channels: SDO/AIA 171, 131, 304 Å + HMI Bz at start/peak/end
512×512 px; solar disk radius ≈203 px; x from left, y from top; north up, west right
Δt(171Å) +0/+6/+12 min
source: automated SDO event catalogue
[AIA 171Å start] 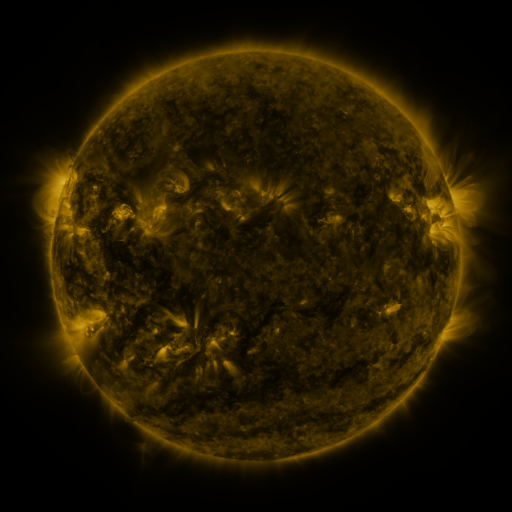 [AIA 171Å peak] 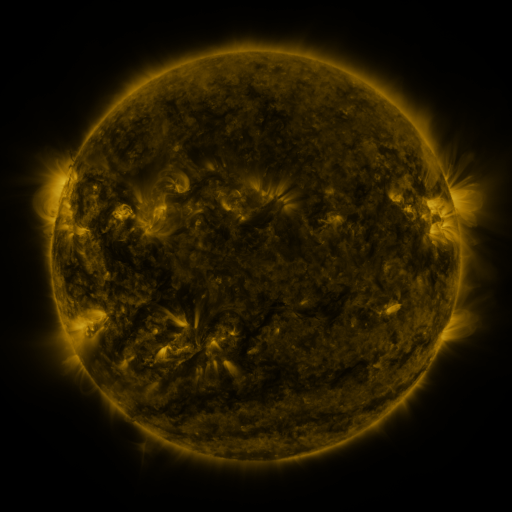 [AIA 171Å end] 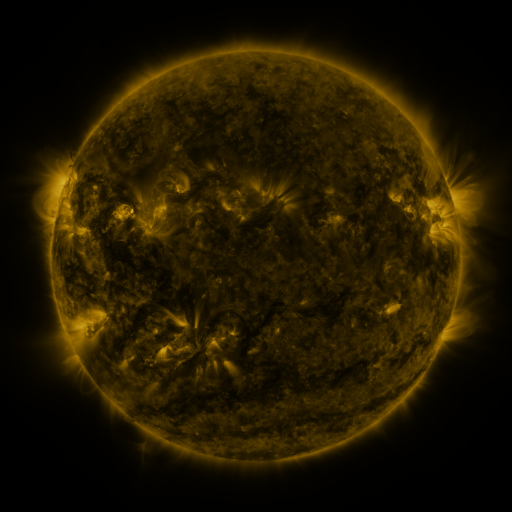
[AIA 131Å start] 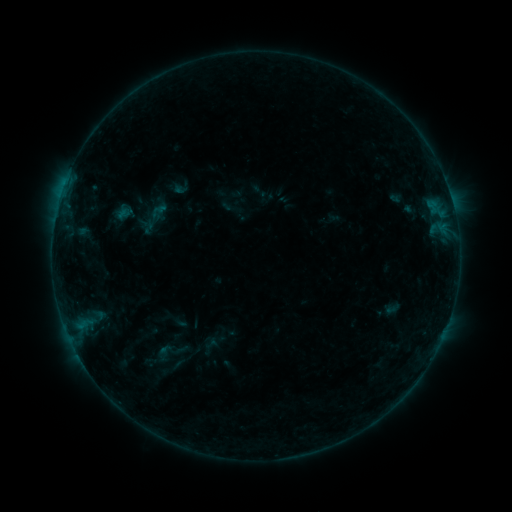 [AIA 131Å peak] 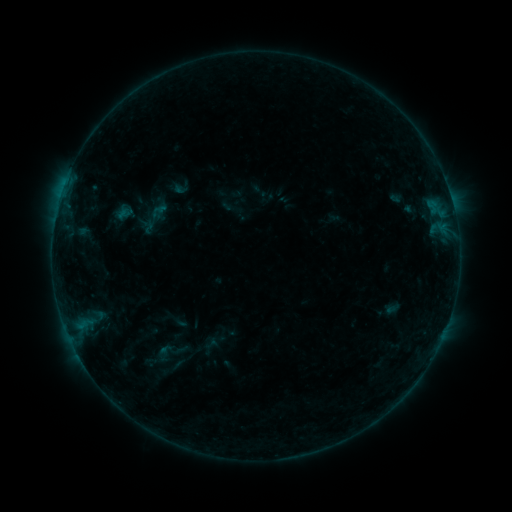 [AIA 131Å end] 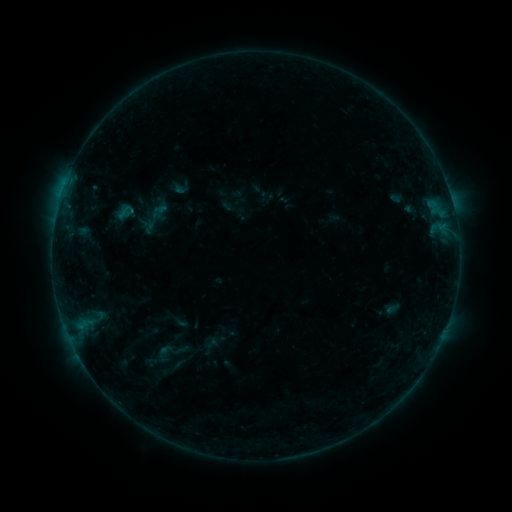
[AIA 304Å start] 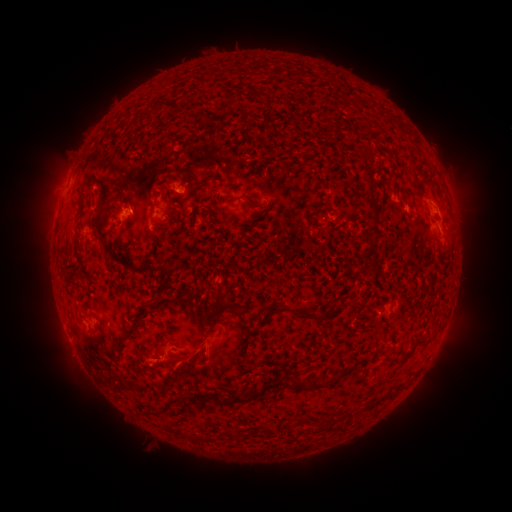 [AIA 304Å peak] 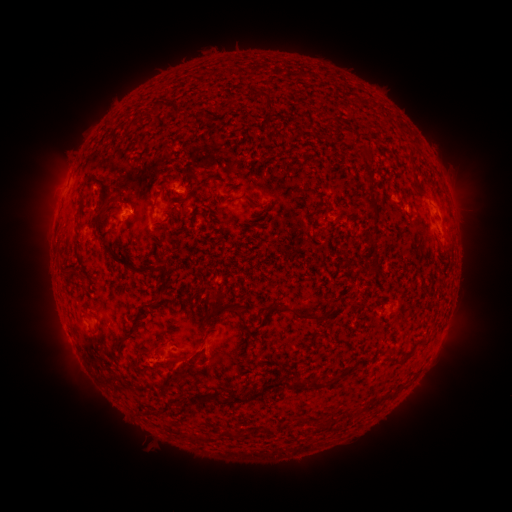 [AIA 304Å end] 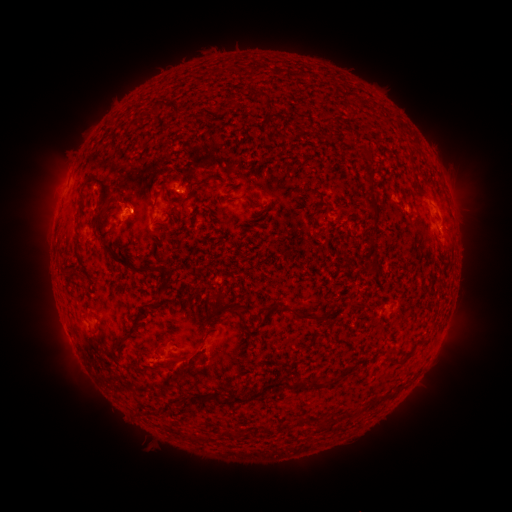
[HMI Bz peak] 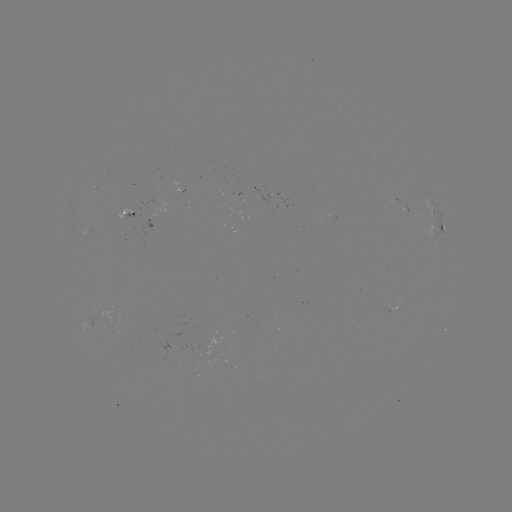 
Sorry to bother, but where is B3.2 flare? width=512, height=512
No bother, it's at (133, 213).